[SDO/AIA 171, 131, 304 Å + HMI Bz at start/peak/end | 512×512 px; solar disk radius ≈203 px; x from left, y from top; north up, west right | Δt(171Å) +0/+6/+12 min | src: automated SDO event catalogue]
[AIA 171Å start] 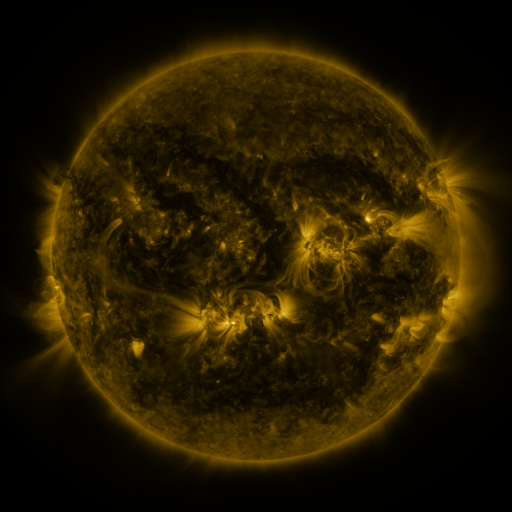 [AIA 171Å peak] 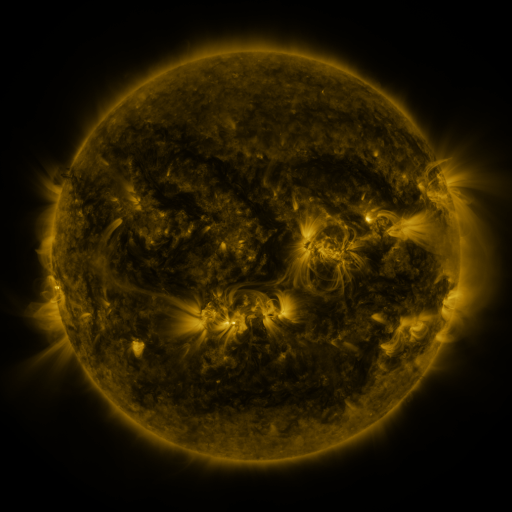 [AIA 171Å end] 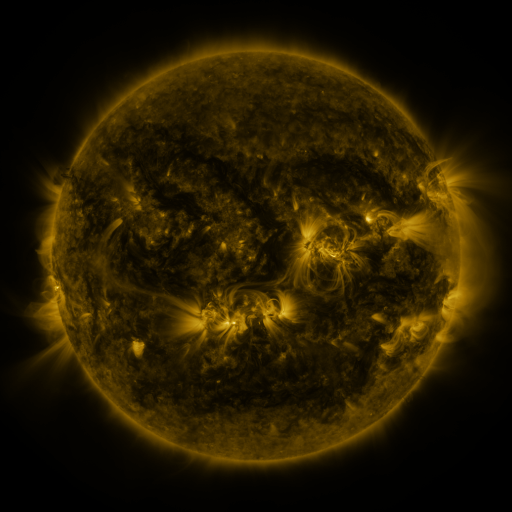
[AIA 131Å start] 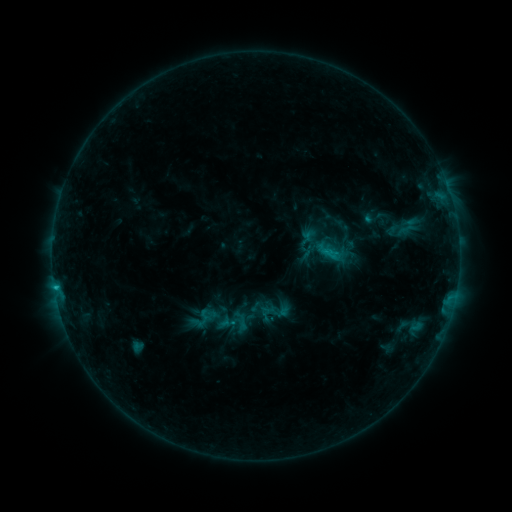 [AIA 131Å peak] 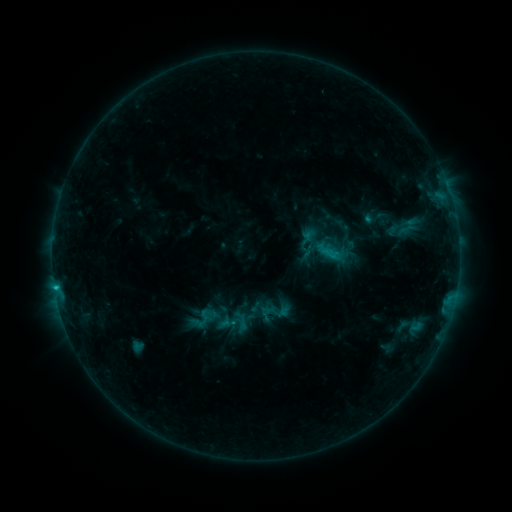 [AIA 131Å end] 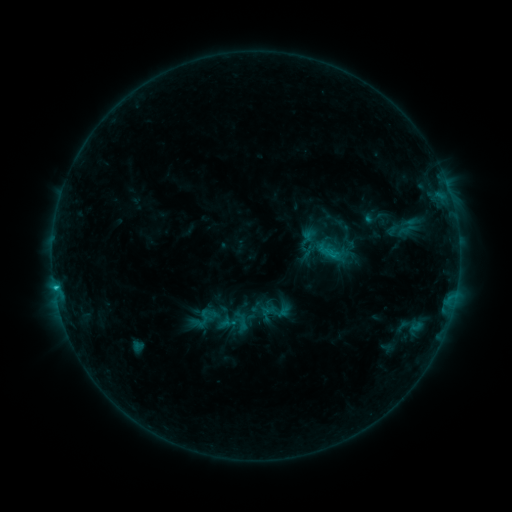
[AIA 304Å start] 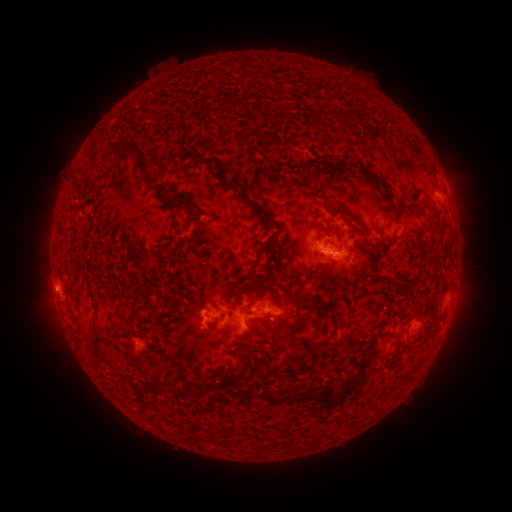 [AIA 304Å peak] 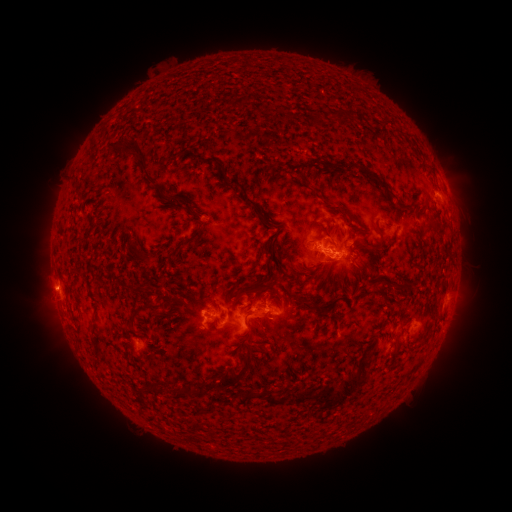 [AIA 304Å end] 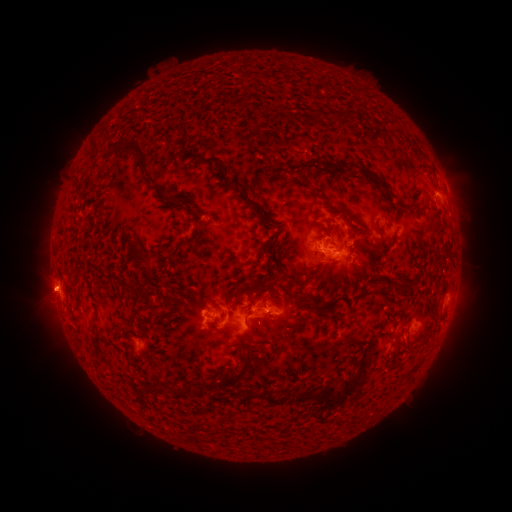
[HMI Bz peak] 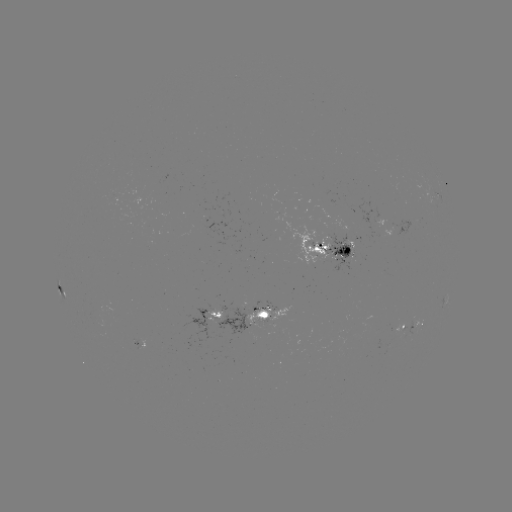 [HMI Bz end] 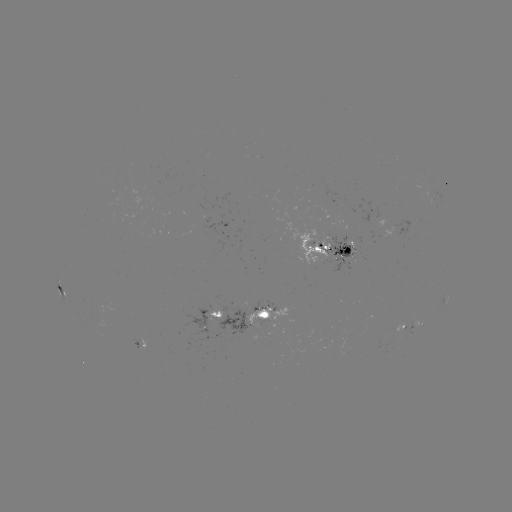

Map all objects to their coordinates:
eruption: (44, 291)
